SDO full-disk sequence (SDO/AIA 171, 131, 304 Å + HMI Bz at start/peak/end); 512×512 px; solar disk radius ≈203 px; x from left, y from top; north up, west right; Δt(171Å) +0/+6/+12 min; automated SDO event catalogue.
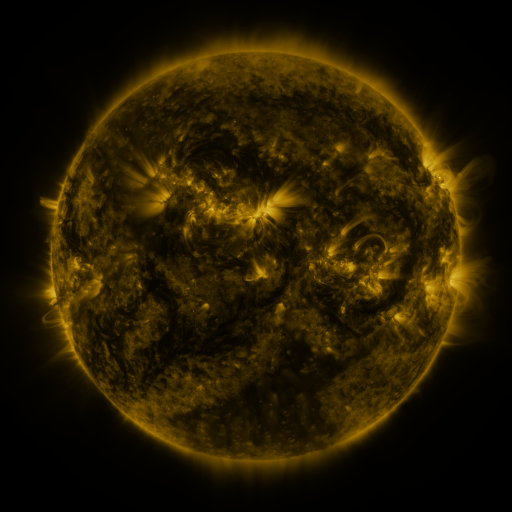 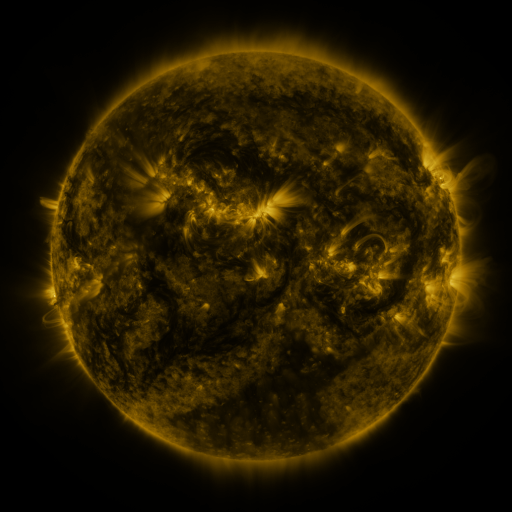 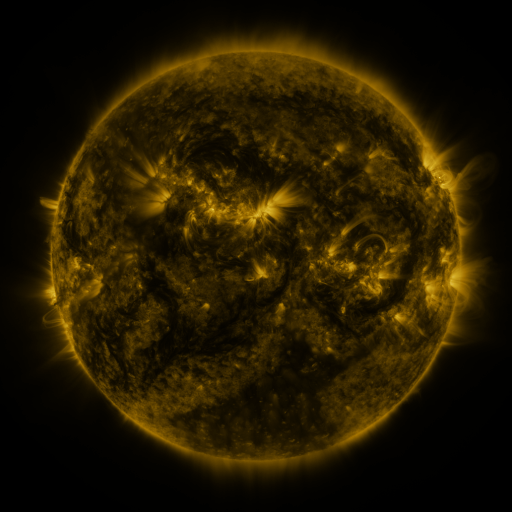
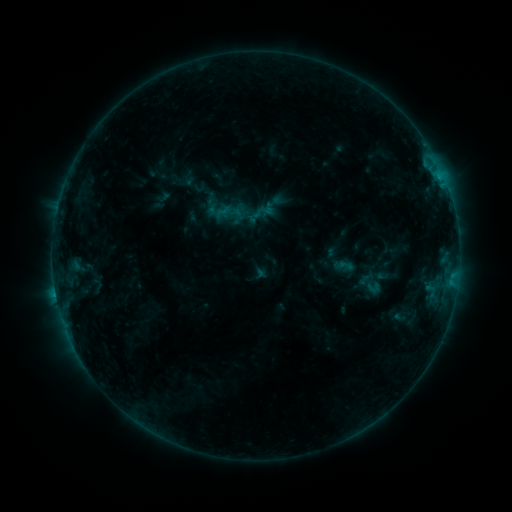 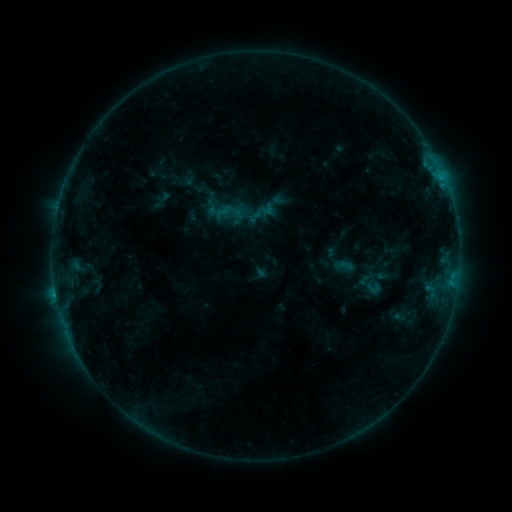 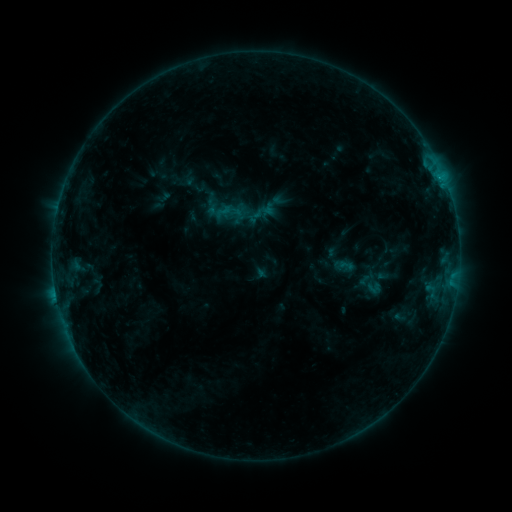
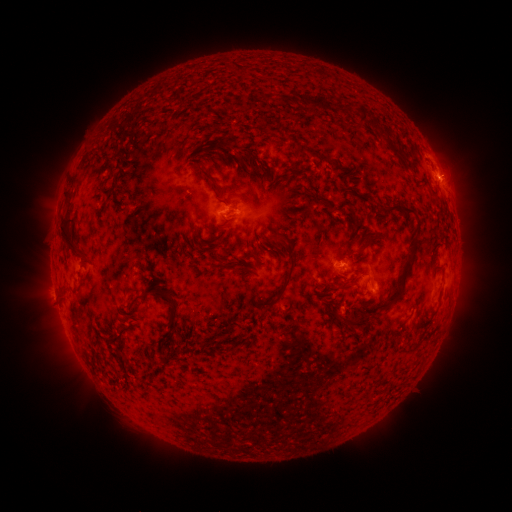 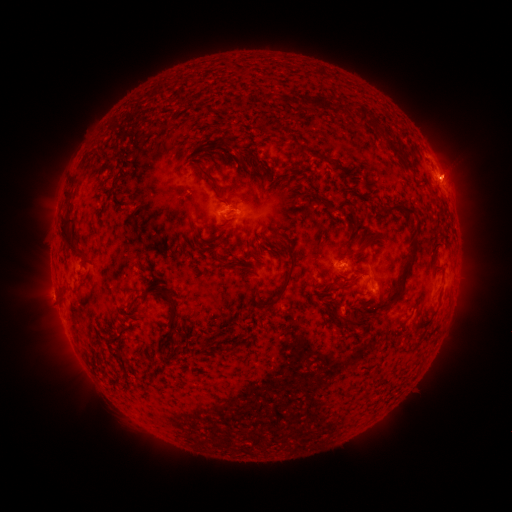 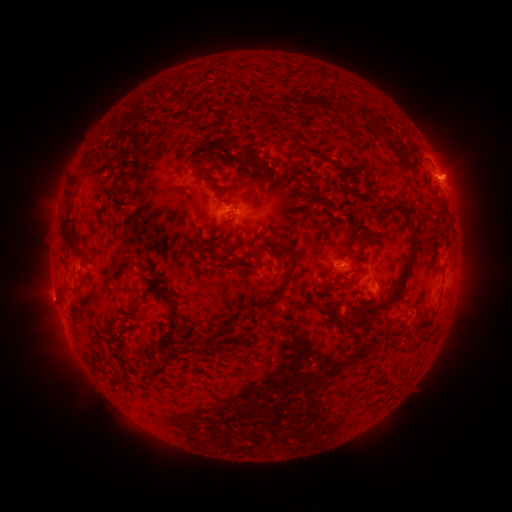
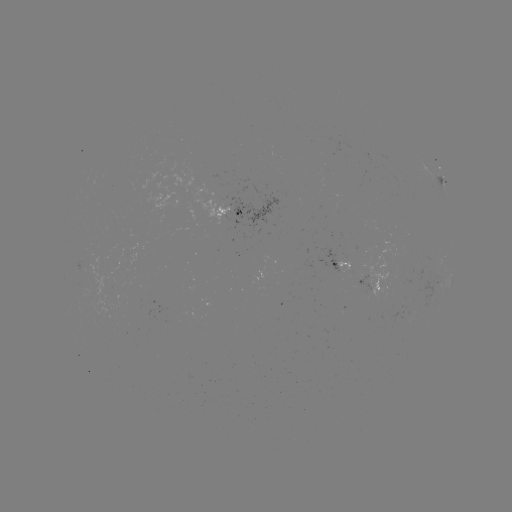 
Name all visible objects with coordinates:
eruption: (458, 175)
